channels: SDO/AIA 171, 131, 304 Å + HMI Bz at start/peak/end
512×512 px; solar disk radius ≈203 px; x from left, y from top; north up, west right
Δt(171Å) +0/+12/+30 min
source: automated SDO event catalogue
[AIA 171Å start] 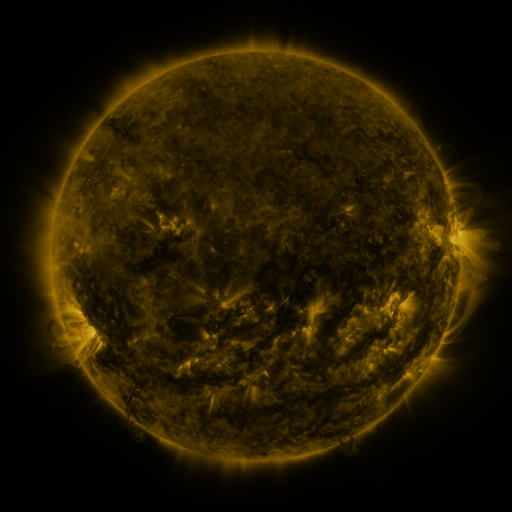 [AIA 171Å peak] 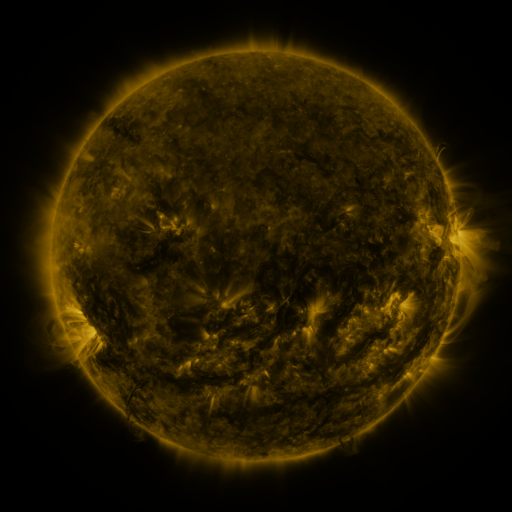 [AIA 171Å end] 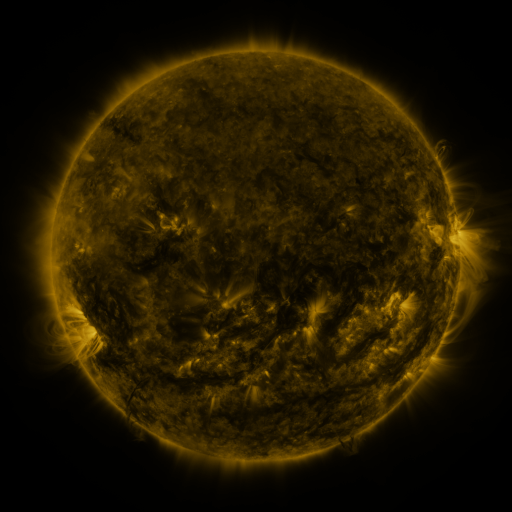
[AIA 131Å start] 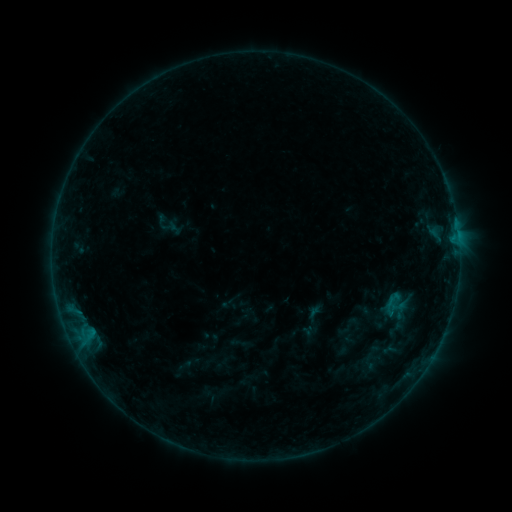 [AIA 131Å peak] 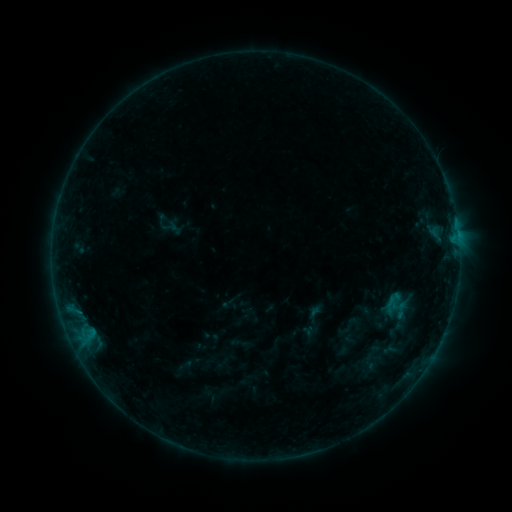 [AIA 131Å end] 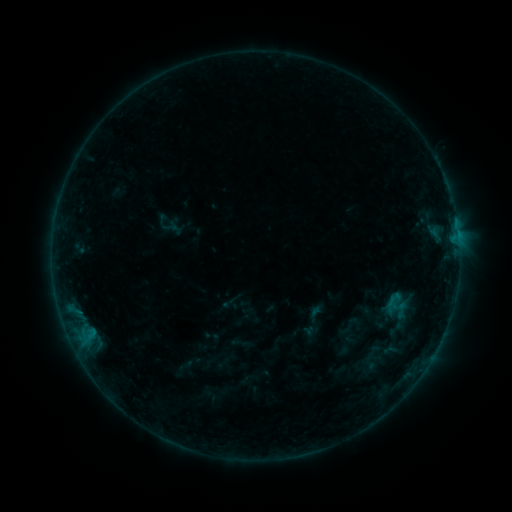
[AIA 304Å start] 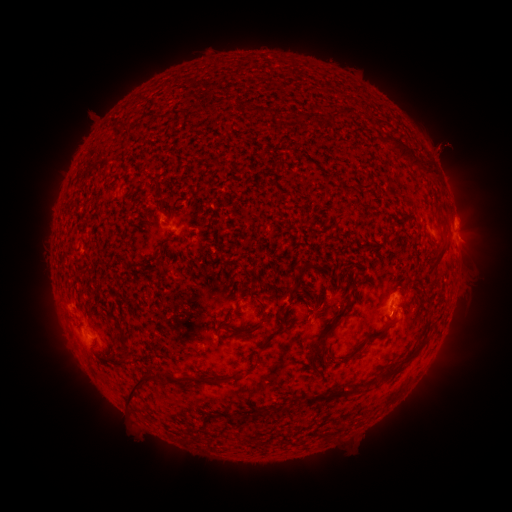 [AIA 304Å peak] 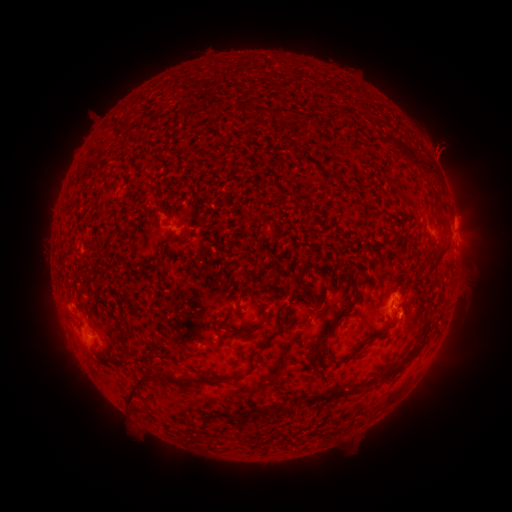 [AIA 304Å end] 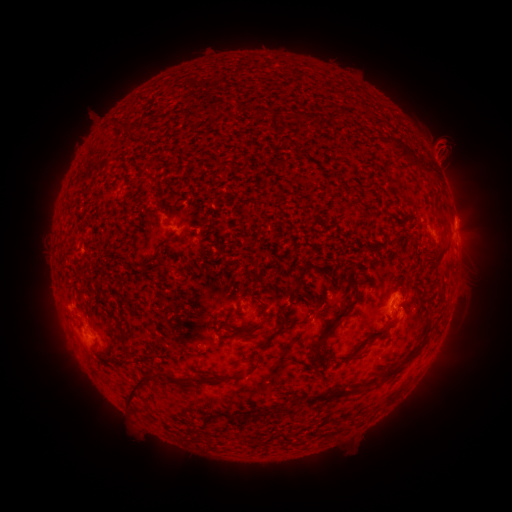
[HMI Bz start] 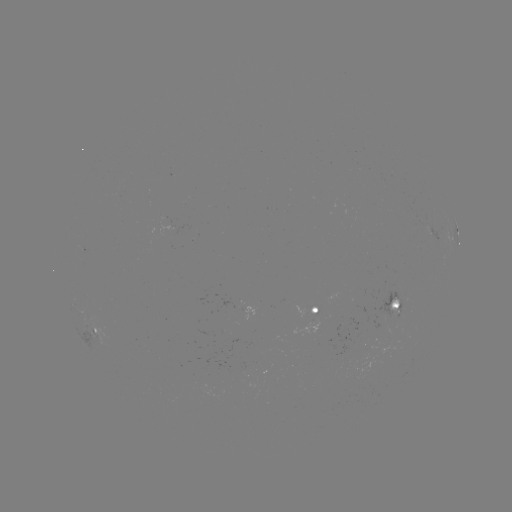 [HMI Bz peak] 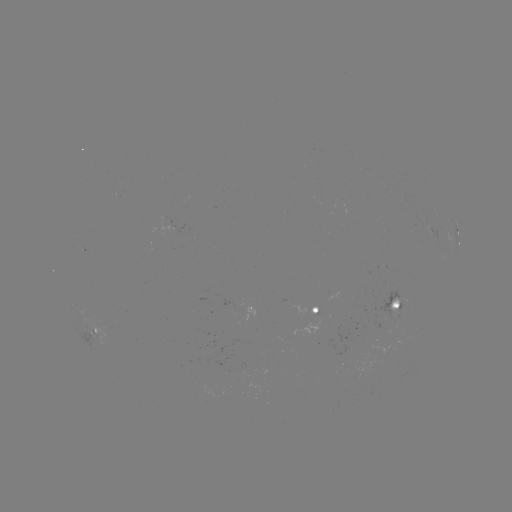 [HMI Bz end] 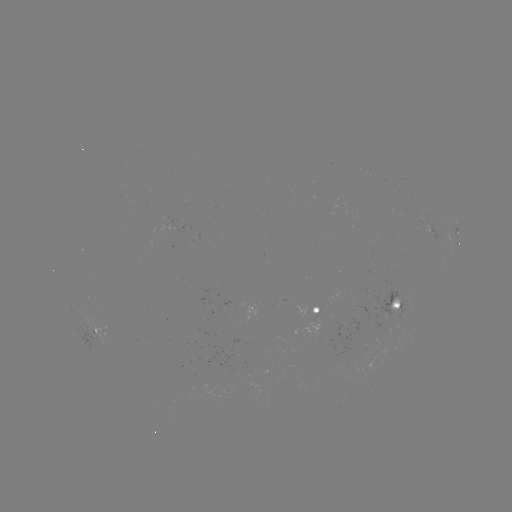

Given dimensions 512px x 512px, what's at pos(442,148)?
eruption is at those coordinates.